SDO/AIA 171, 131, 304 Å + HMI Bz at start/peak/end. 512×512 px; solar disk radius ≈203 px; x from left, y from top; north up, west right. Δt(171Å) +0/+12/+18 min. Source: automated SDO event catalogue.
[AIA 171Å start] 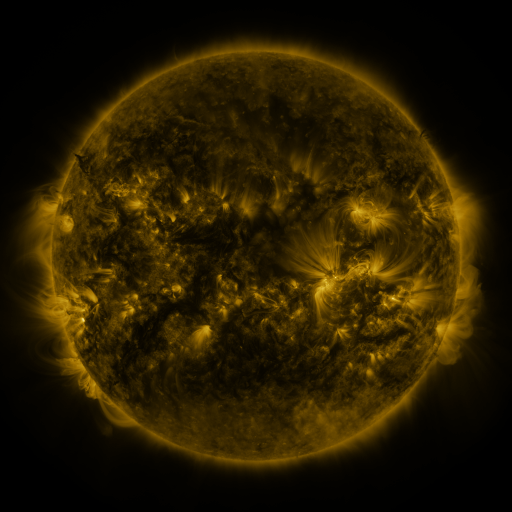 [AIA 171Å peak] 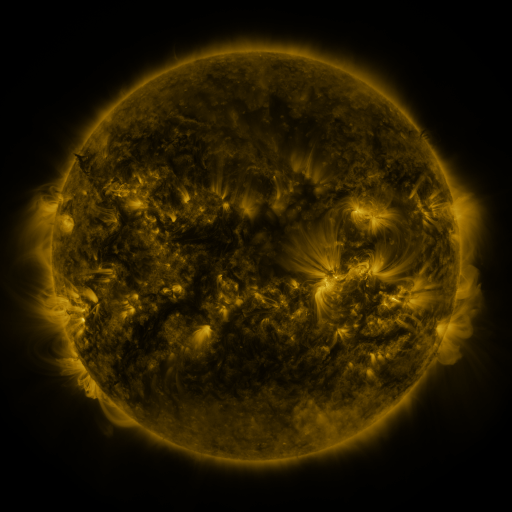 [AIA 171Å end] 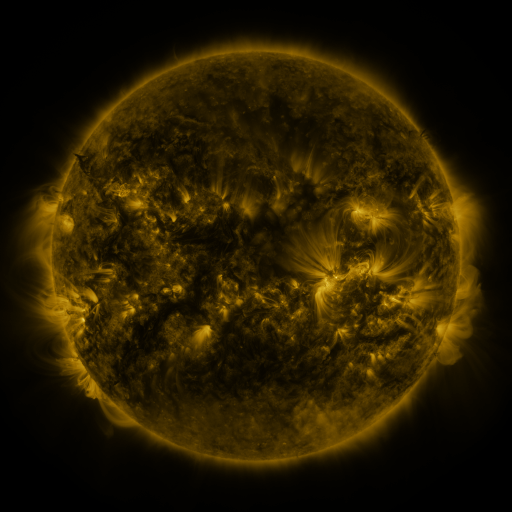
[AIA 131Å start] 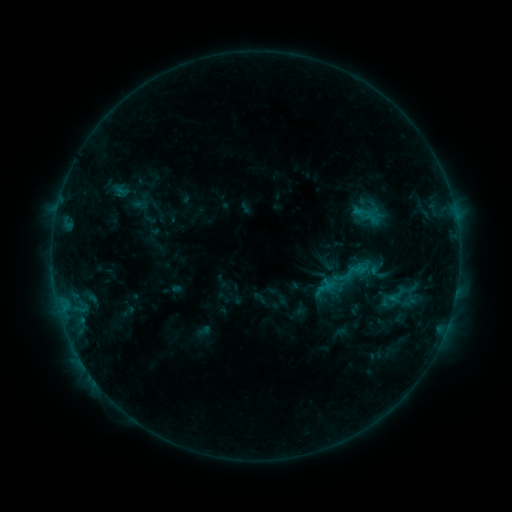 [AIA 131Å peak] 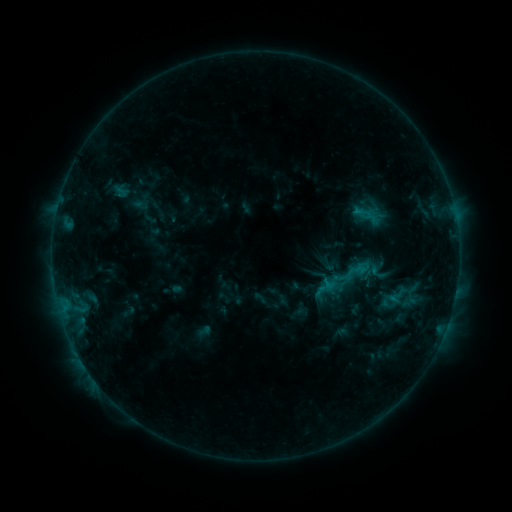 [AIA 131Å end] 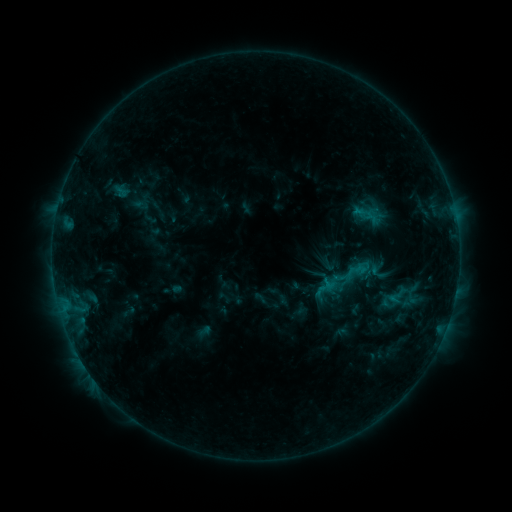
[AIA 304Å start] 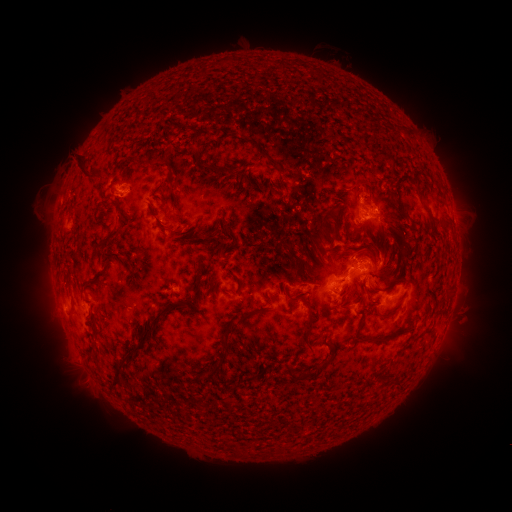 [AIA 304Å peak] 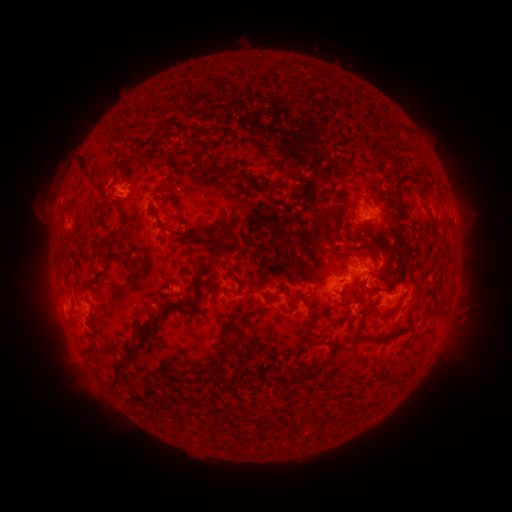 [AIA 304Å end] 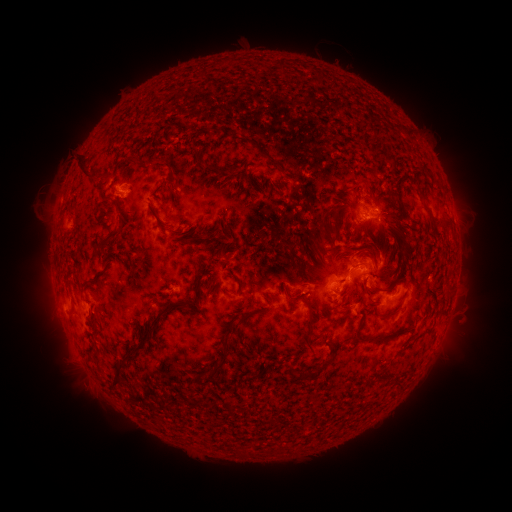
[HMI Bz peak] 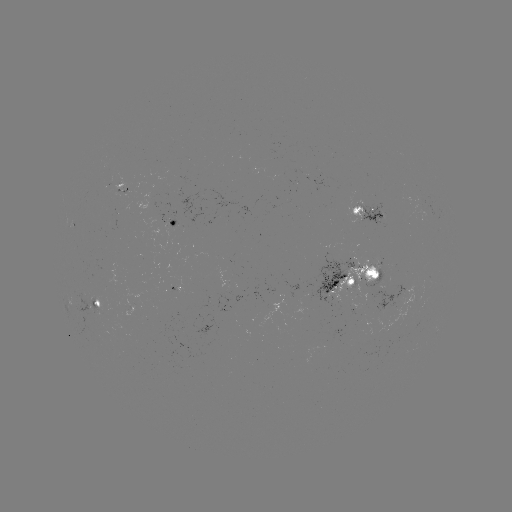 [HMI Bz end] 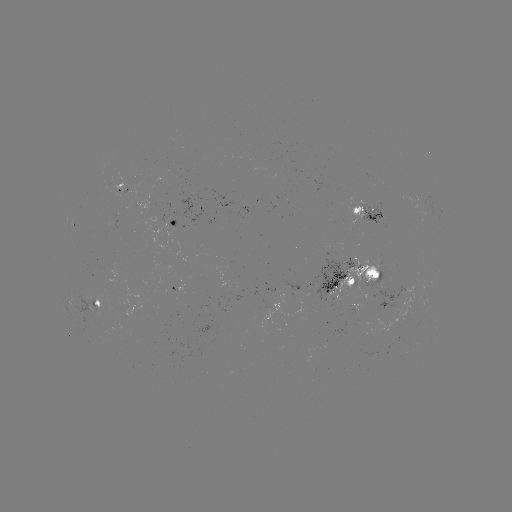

no classed flare was catalogued and no EUV brightening was flagged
